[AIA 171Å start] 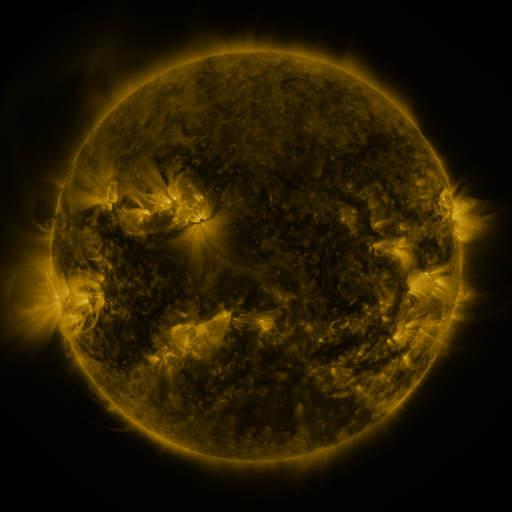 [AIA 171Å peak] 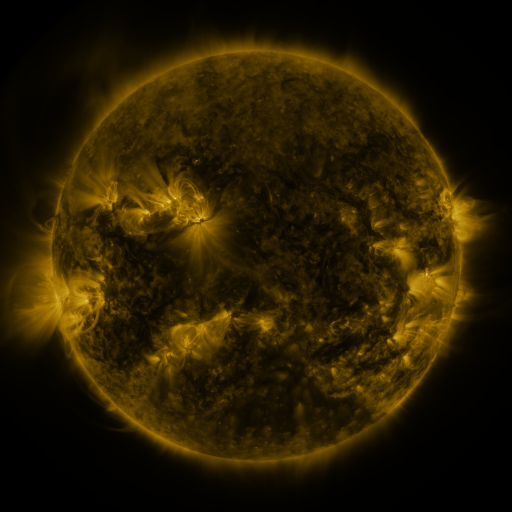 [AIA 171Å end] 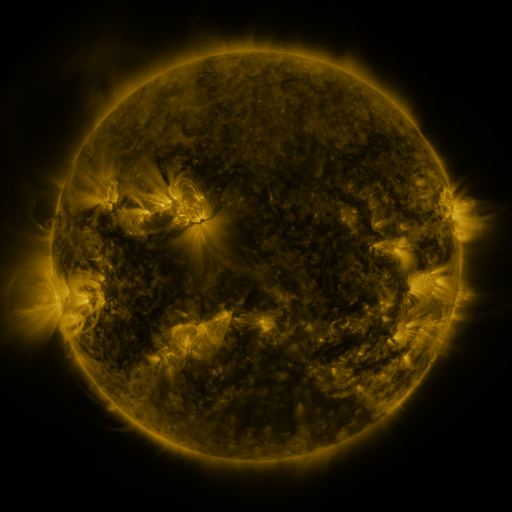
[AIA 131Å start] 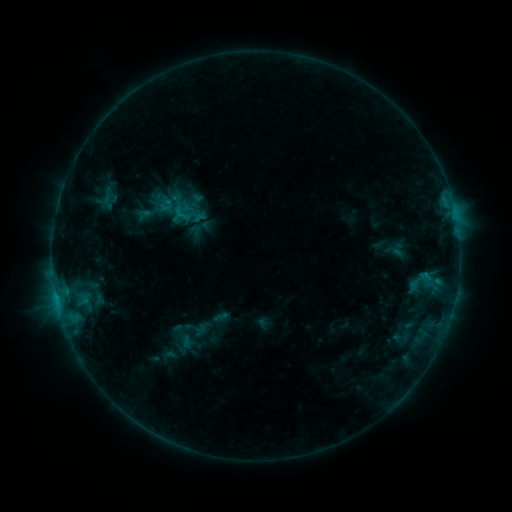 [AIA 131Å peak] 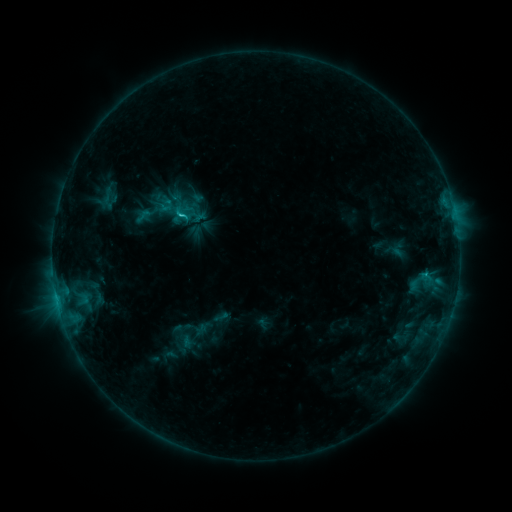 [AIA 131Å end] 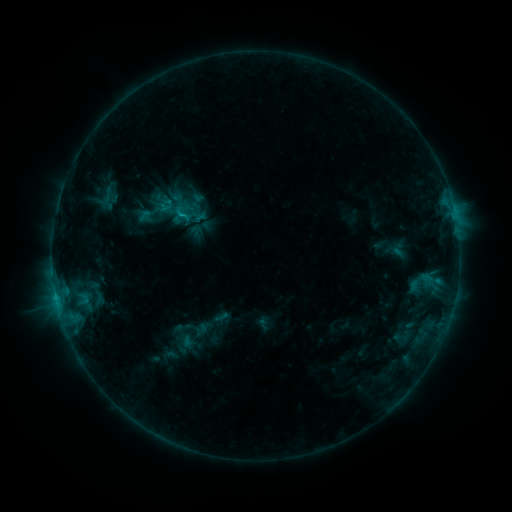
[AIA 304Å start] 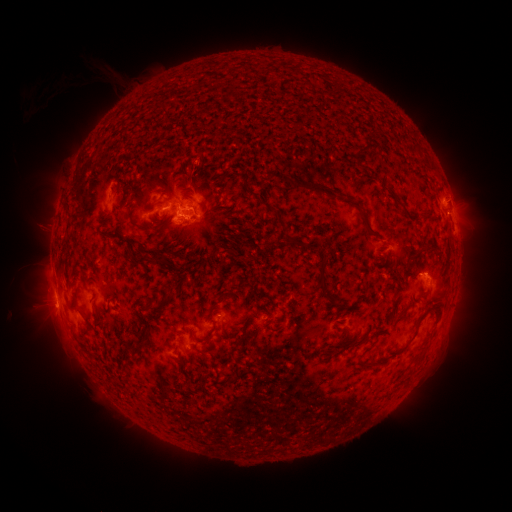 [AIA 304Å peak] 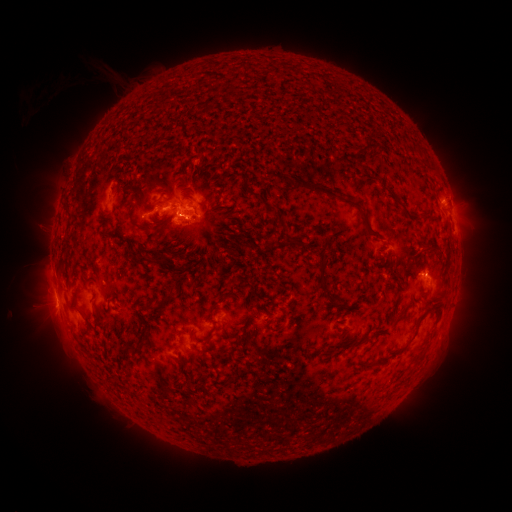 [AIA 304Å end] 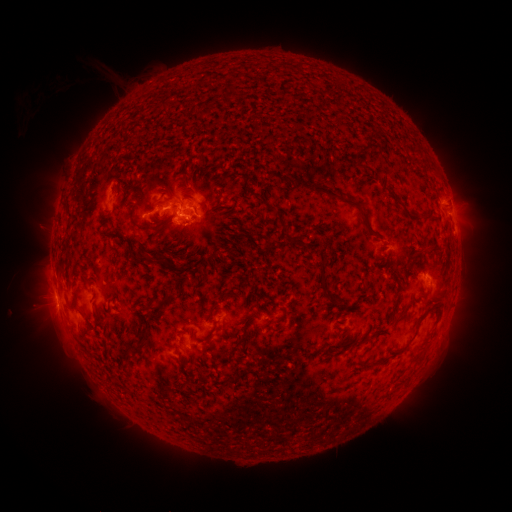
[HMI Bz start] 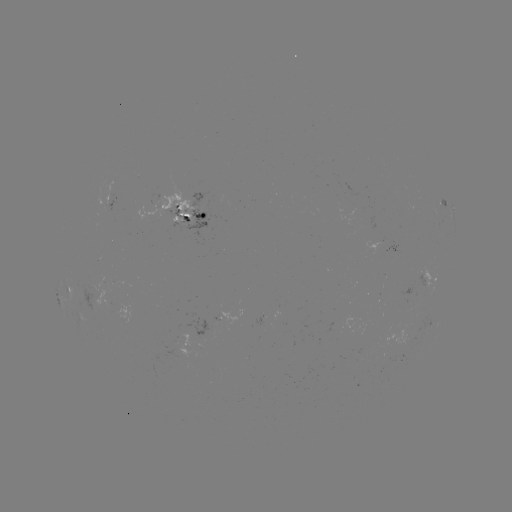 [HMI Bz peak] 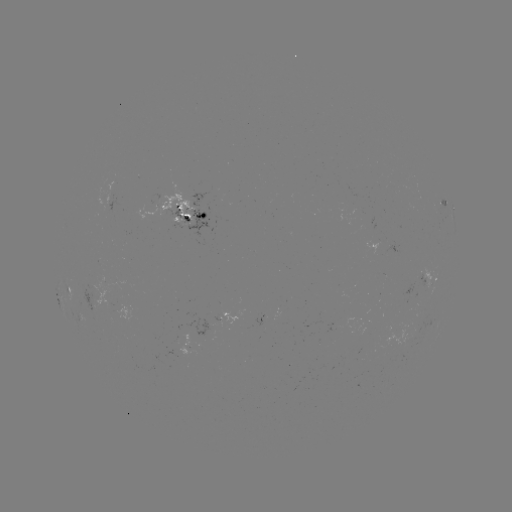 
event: flare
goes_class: C1.4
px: (181, 218)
